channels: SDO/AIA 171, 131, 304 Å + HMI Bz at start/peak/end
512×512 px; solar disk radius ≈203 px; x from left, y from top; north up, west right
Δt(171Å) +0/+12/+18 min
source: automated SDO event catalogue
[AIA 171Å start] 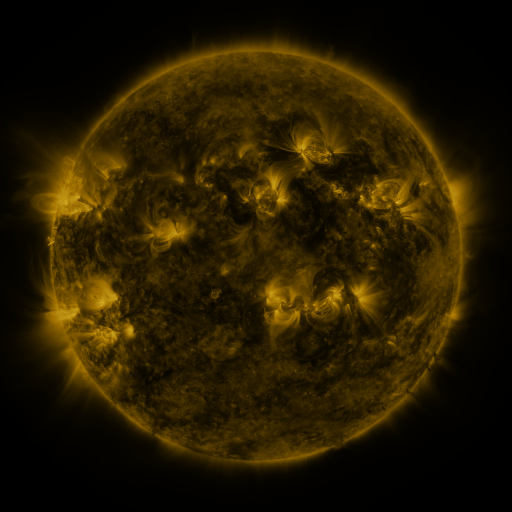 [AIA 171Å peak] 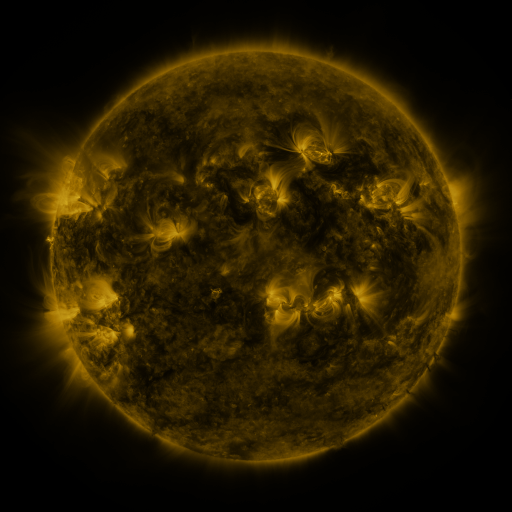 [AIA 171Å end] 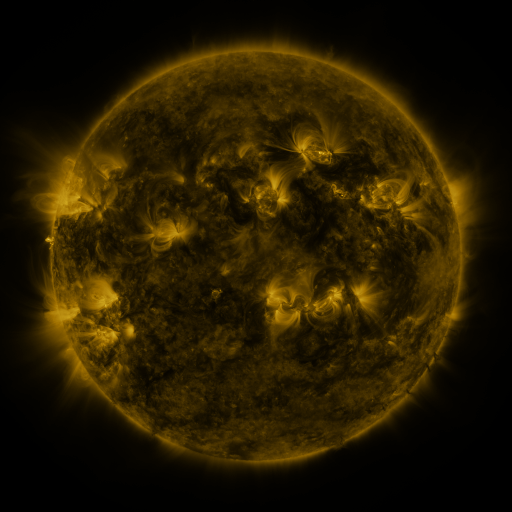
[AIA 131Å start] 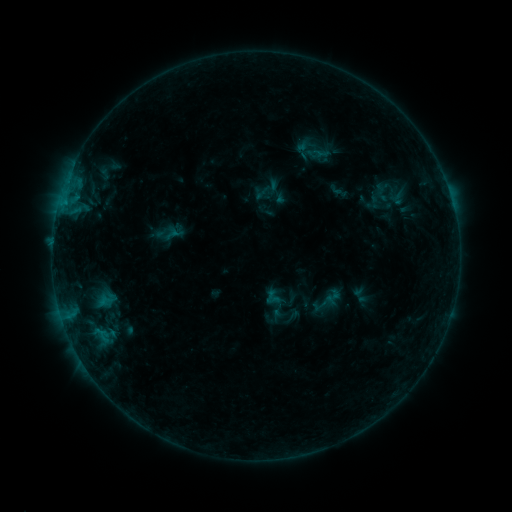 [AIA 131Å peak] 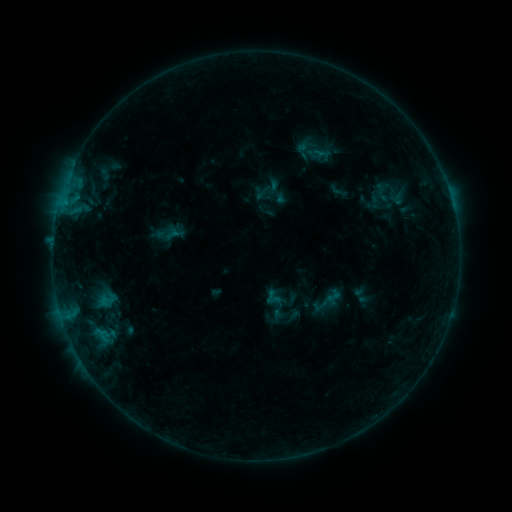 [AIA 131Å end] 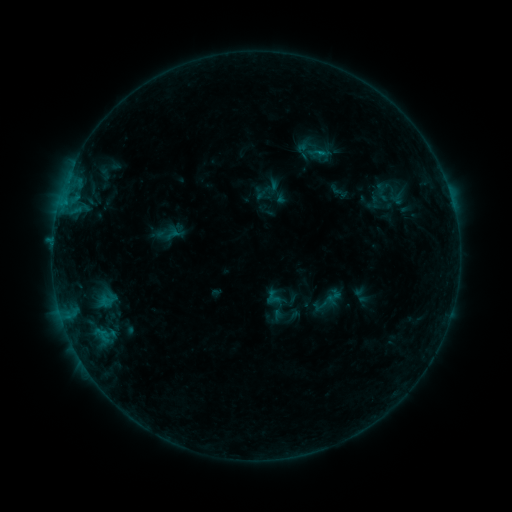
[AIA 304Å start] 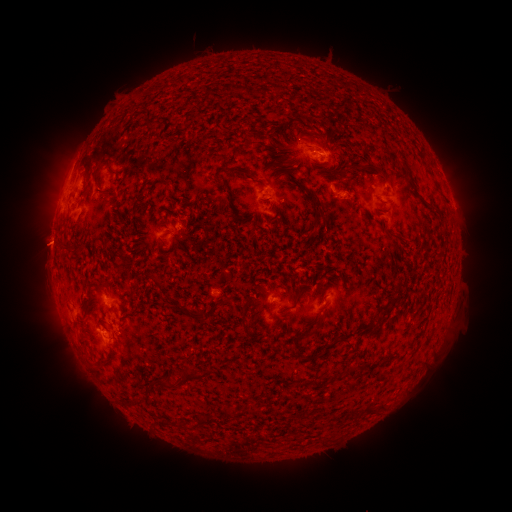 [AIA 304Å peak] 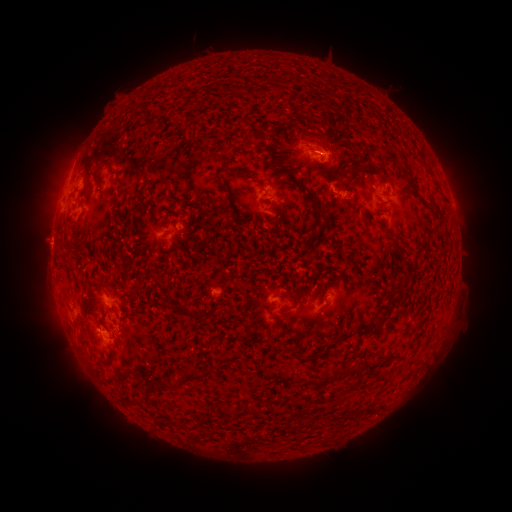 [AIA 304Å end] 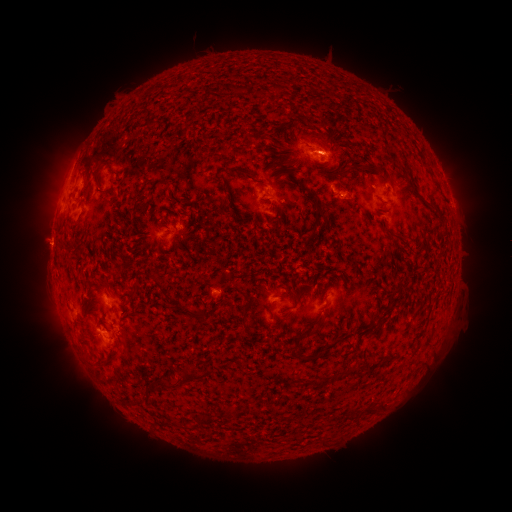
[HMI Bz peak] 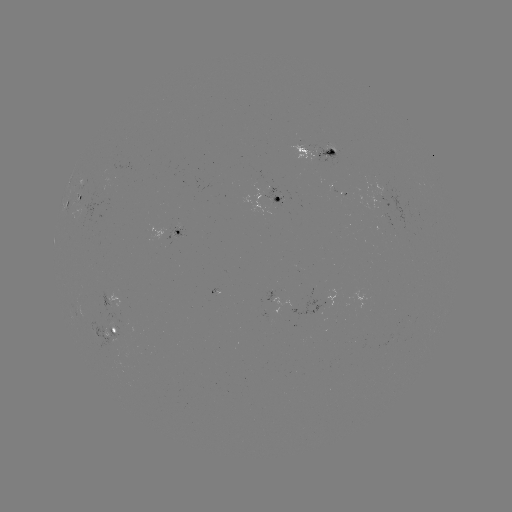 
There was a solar flare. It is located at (318, 153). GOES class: B4.2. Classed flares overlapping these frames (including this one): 1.